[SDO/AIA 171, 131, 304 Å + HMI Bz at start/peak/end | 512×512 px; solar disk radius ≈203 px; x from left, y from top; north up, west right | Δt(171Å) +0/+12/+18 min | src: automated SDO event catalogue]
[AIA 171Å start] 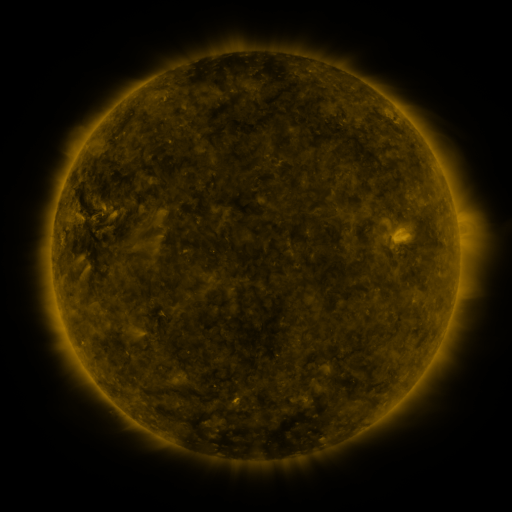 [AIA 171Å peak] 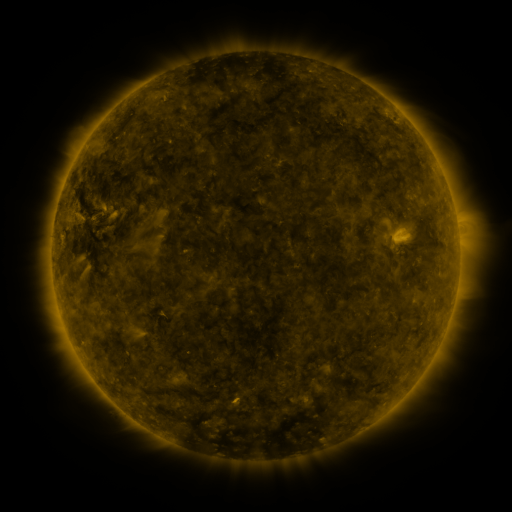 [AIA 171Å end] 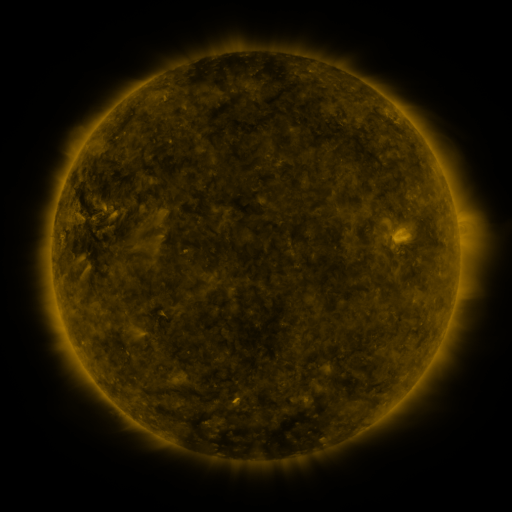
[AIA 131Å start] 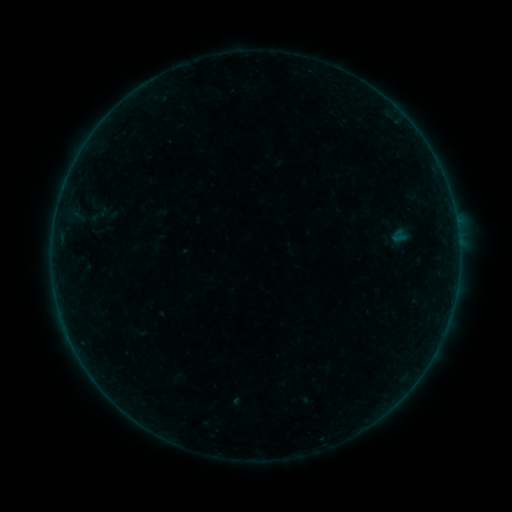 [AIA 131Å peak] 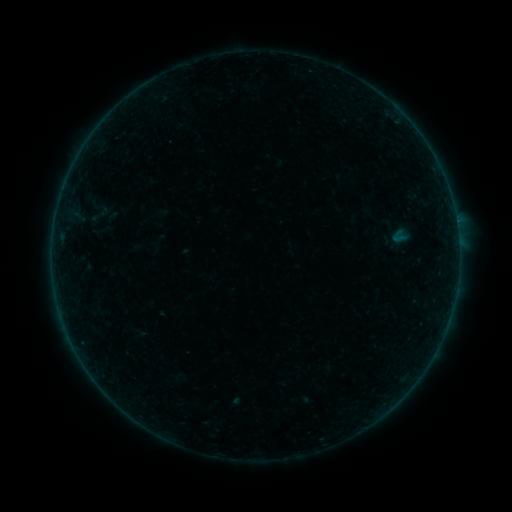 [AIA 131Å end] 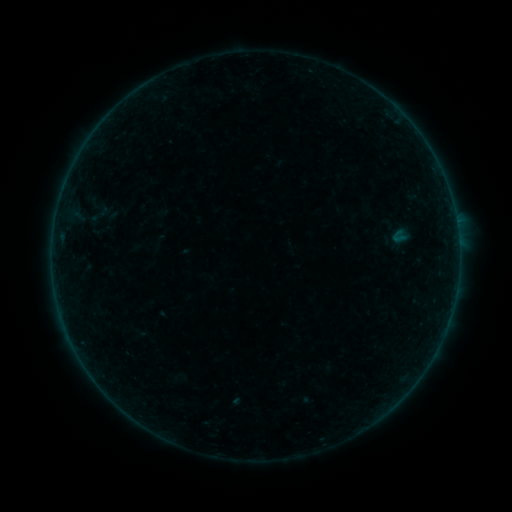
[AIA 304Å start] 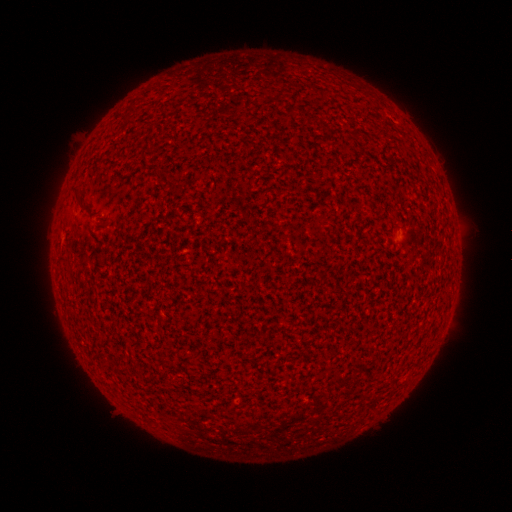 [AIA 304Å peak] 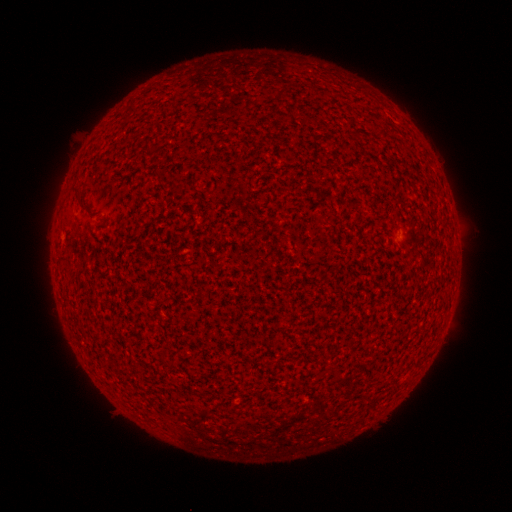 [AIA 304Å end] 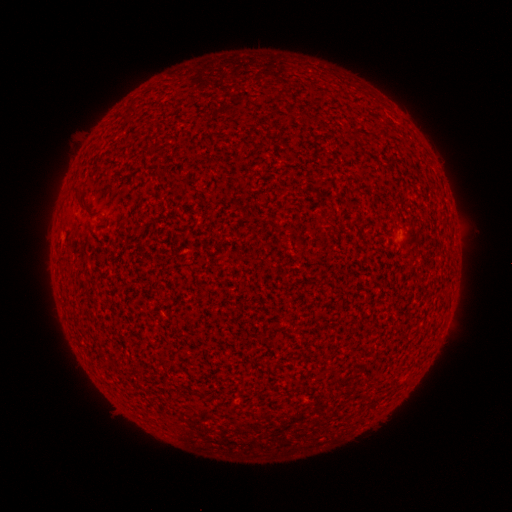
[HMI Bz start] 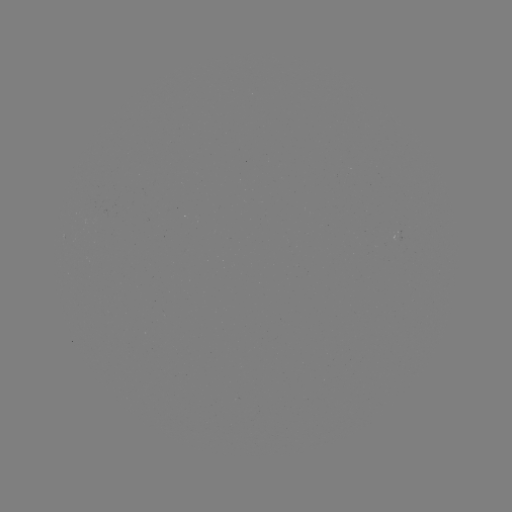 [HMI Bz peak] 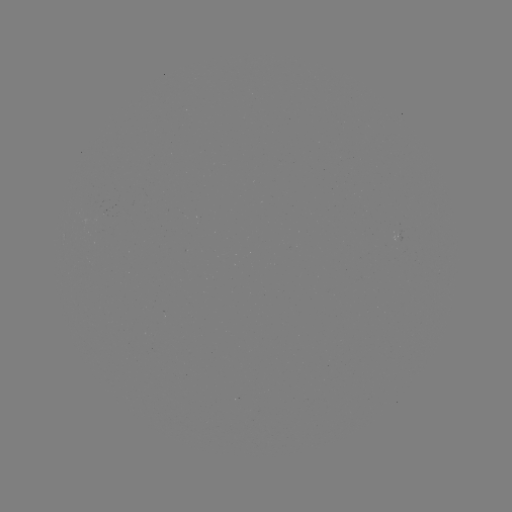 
no flare in any classed list; no EUV-trigger detection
